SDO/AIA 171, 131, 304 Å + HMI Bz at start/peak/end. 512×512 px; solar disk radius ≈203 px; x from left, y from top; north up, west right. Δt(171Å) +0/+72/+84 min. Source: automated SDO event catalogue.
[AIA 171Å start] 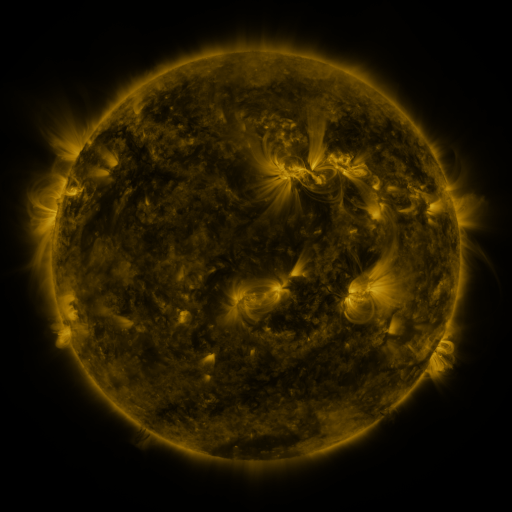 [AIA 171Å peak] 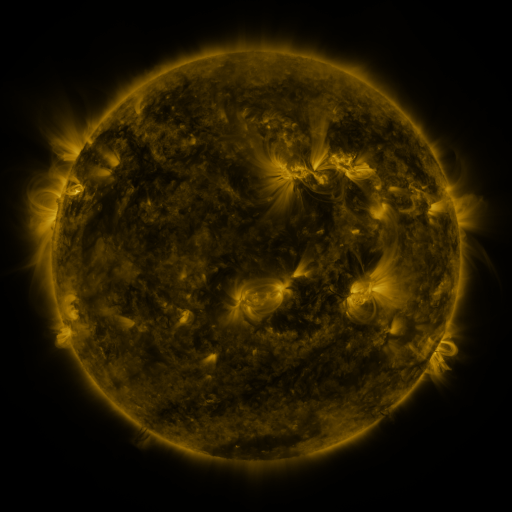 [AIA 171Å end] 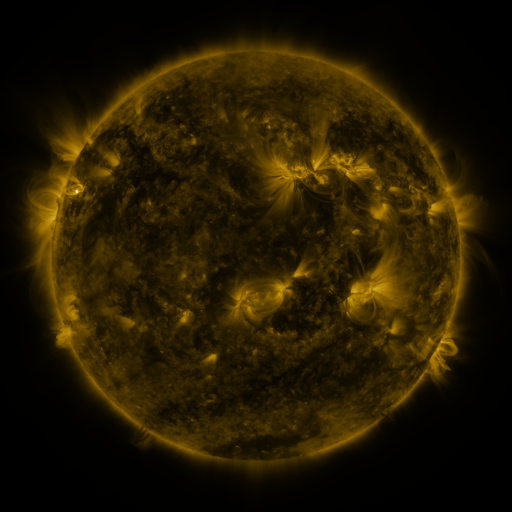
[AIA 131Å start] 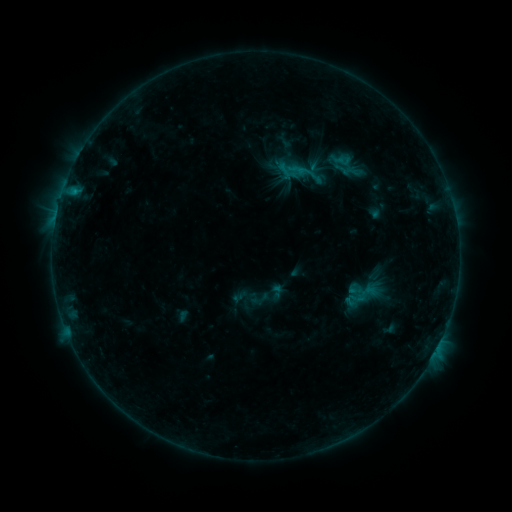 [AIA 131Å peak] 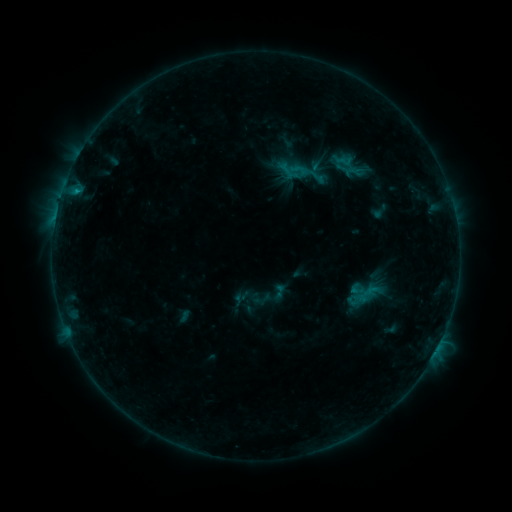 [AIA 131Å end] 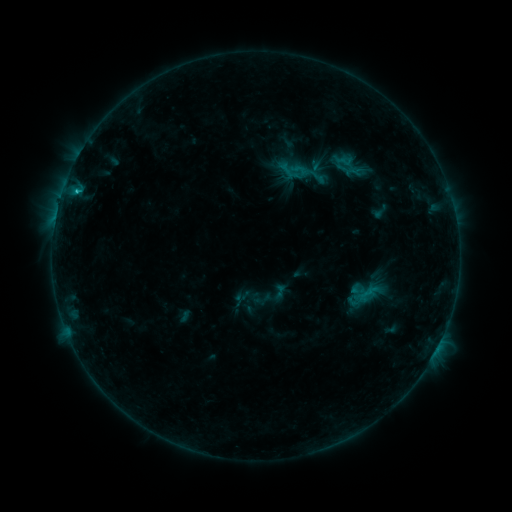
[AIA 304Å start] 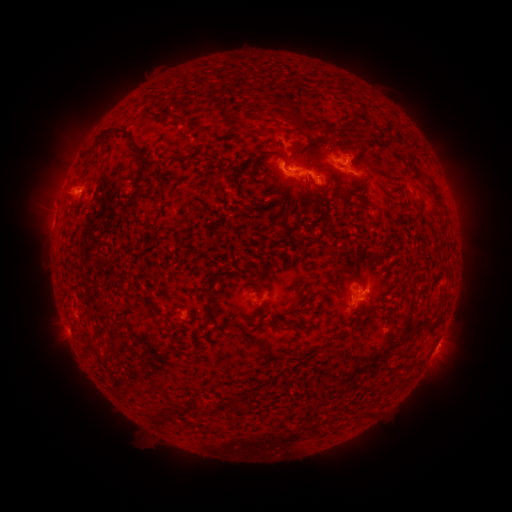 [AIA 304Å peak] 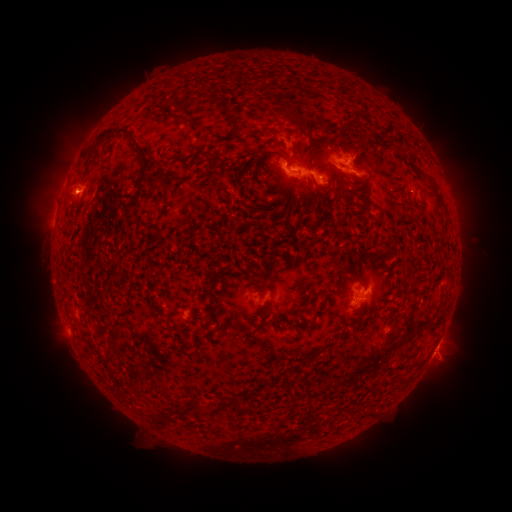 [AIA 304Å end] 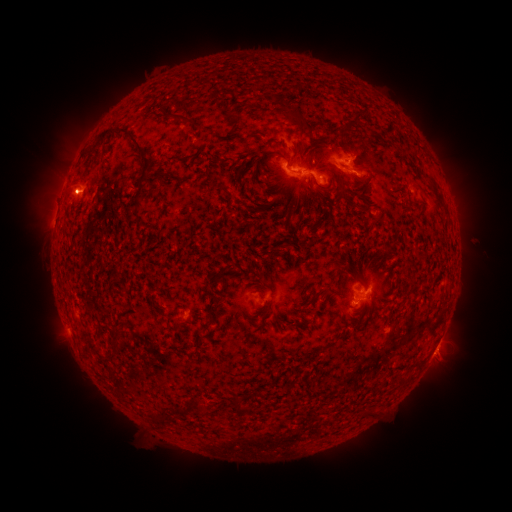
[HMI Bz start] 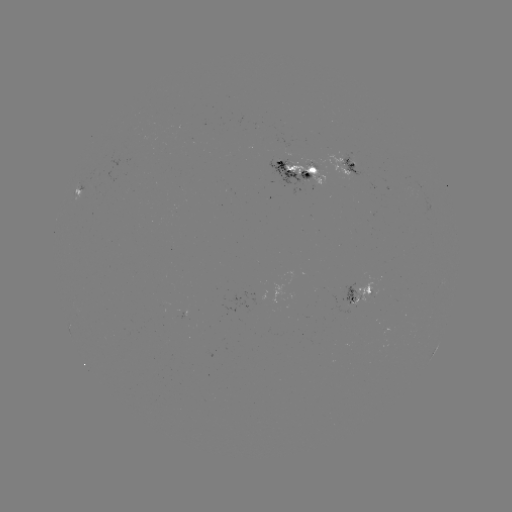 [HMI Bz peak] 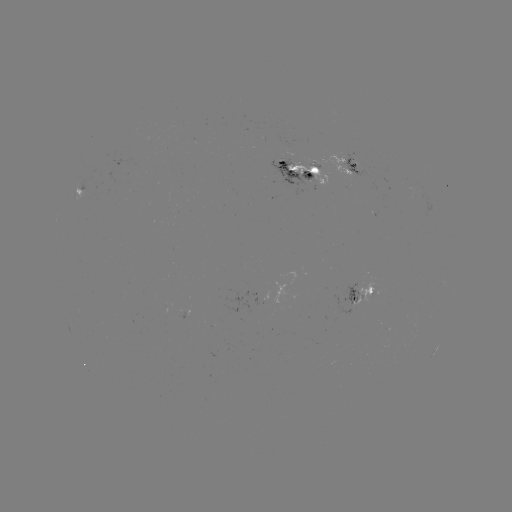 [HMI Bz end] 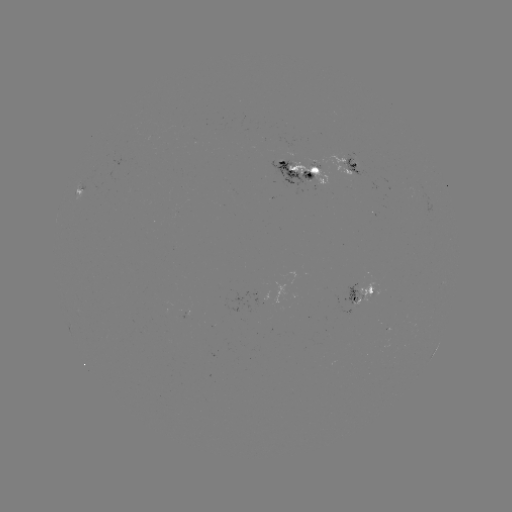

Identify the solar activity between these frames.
emerging-flux region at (321, 163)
